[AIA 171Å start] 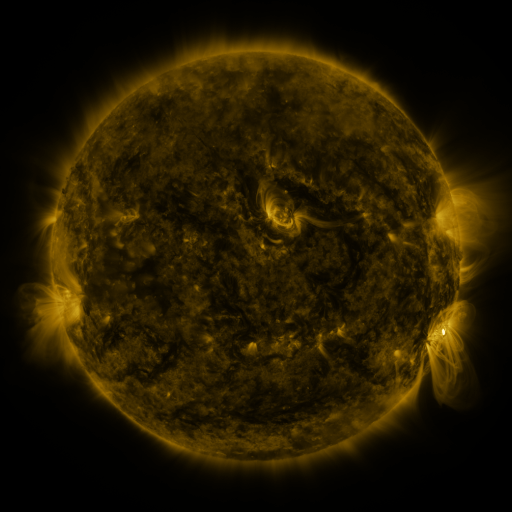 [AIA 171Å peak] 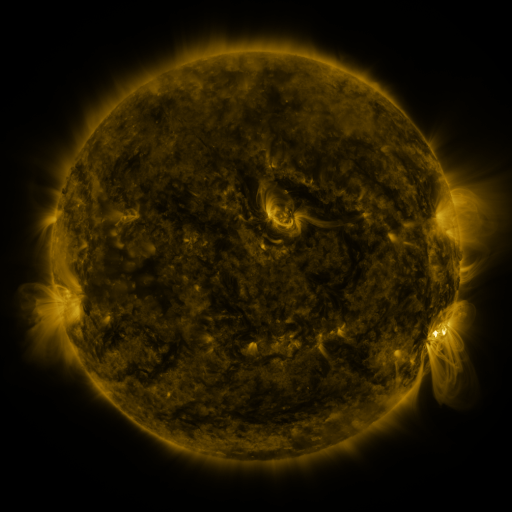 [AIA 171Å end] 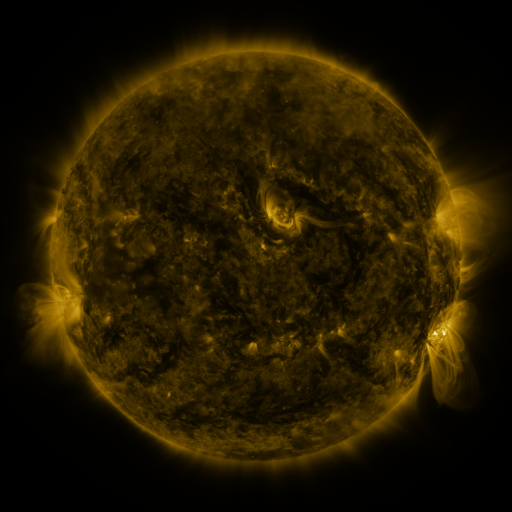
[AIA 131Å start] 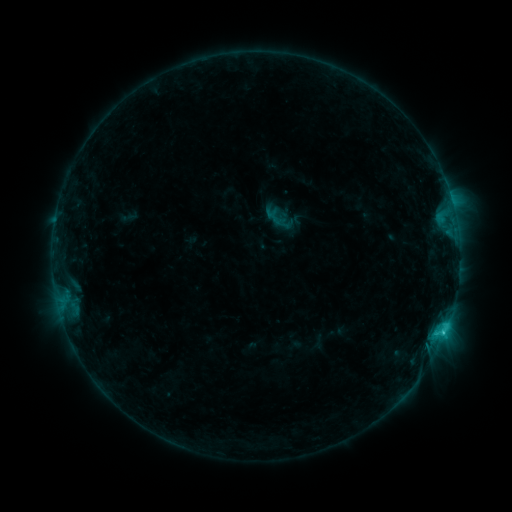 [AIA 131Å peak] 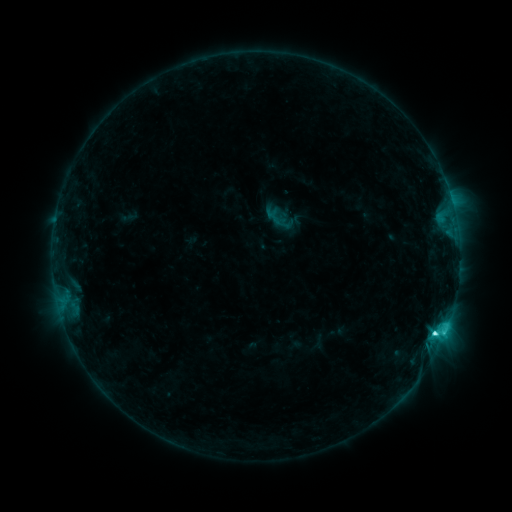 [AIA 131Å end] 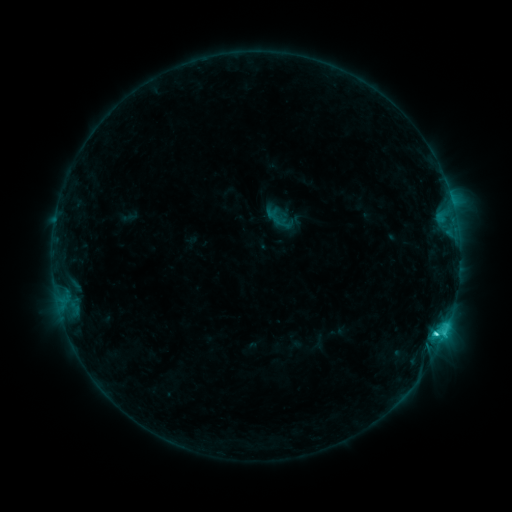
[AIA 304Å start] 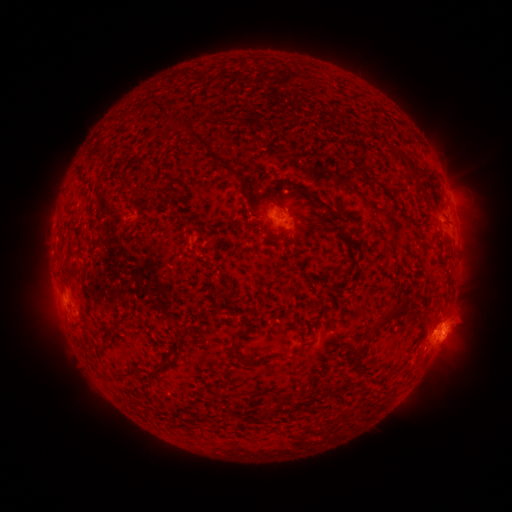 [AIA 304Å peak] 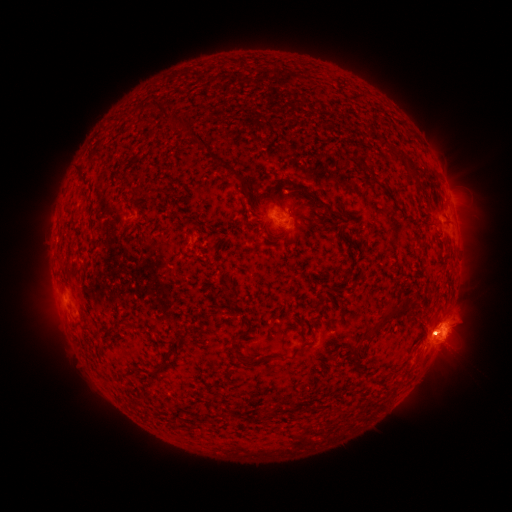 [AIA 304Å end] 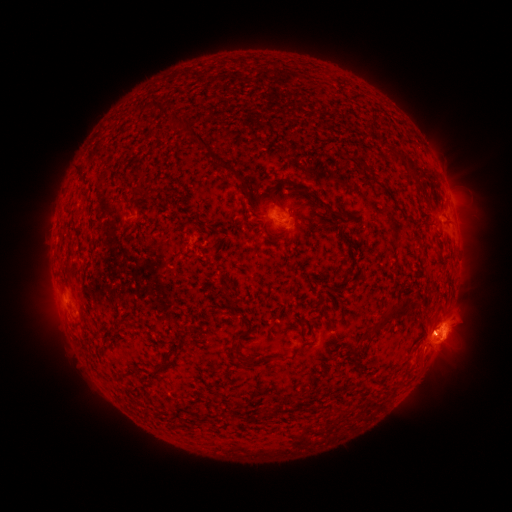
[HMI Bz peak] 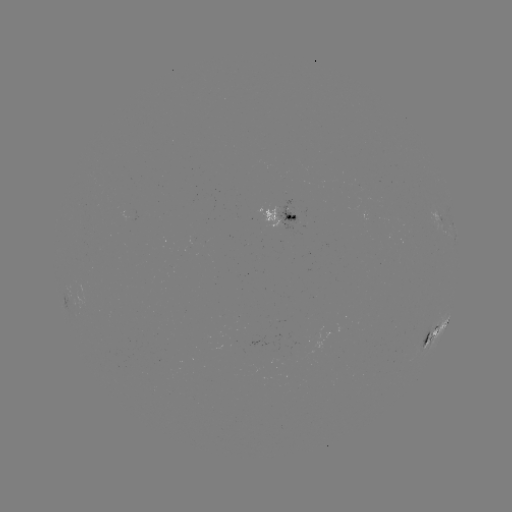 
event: flare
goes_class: C4.8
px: (434, 333)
